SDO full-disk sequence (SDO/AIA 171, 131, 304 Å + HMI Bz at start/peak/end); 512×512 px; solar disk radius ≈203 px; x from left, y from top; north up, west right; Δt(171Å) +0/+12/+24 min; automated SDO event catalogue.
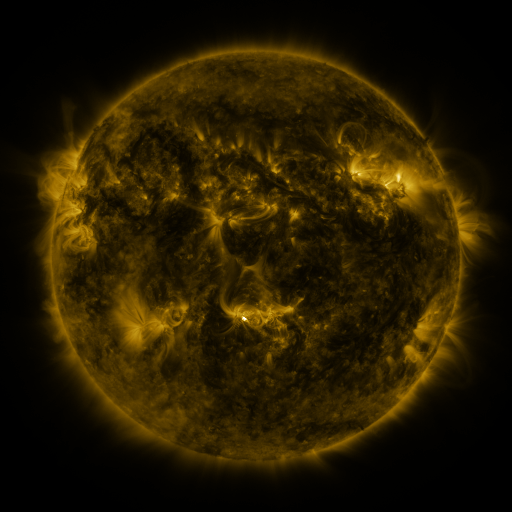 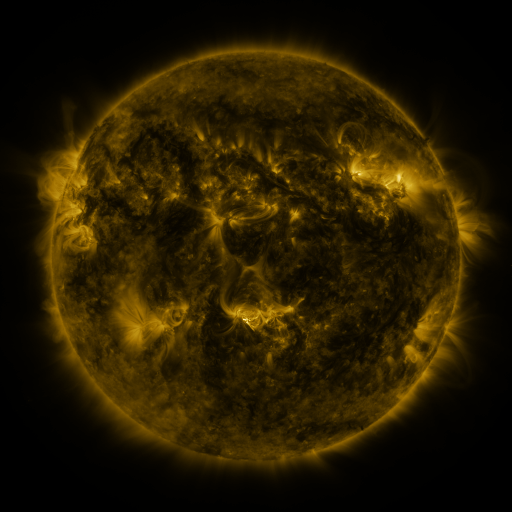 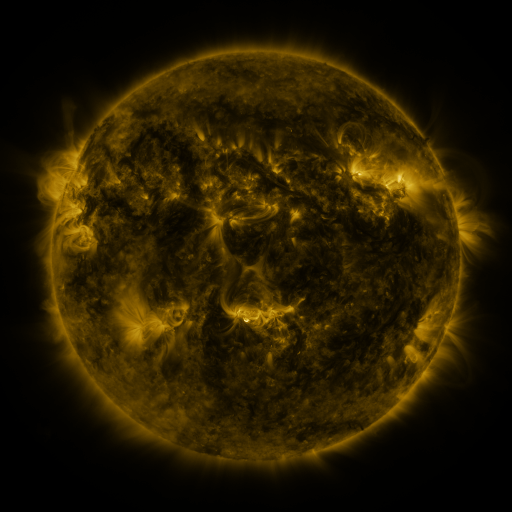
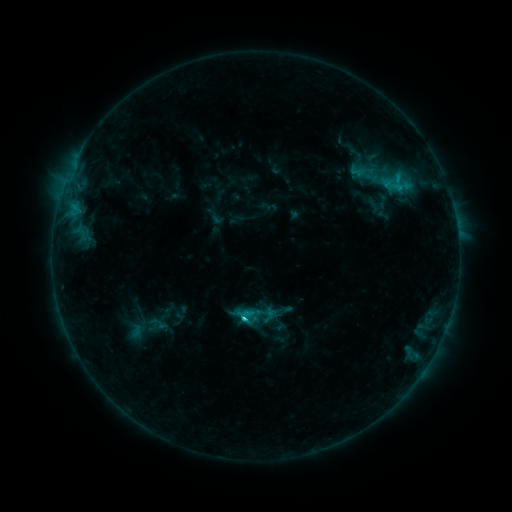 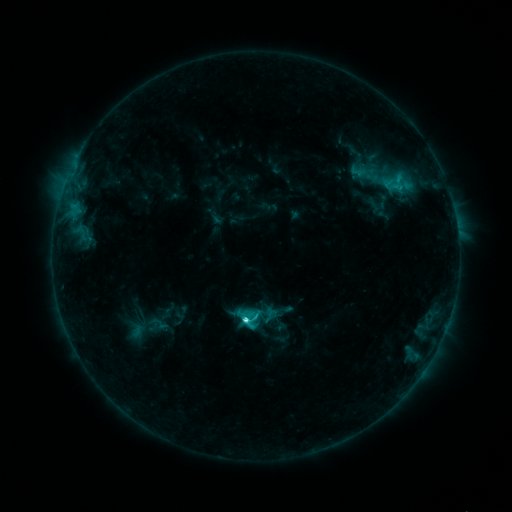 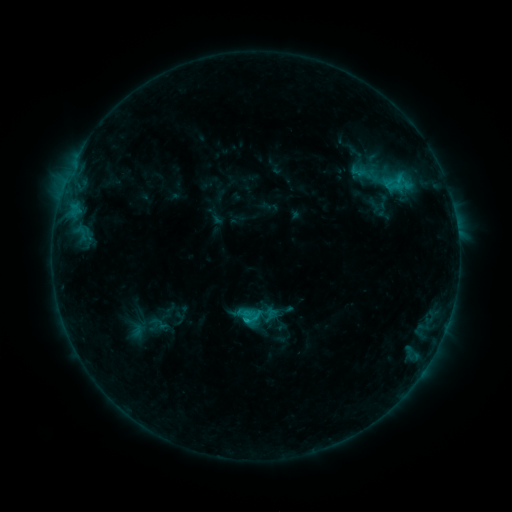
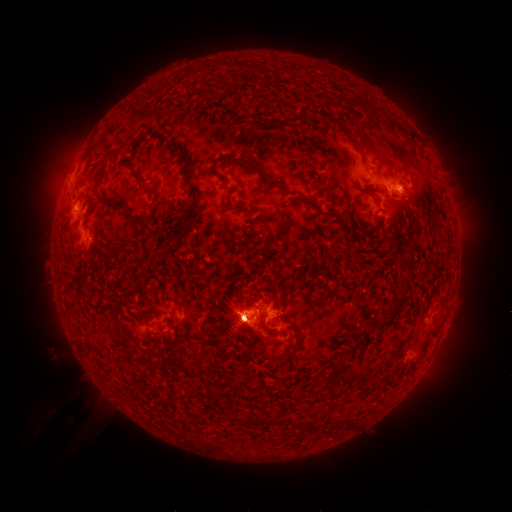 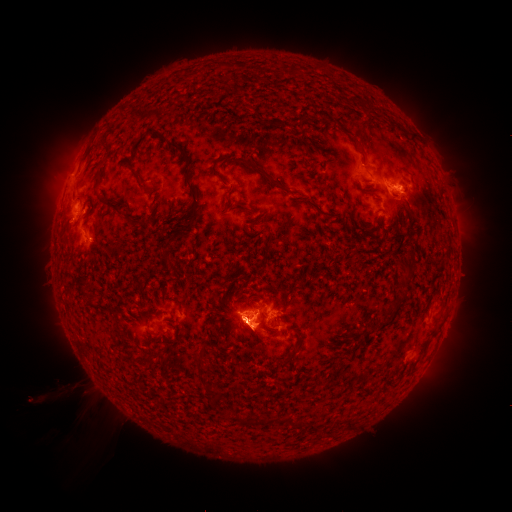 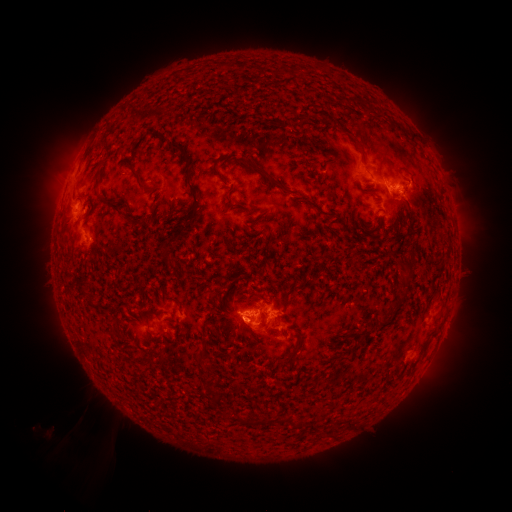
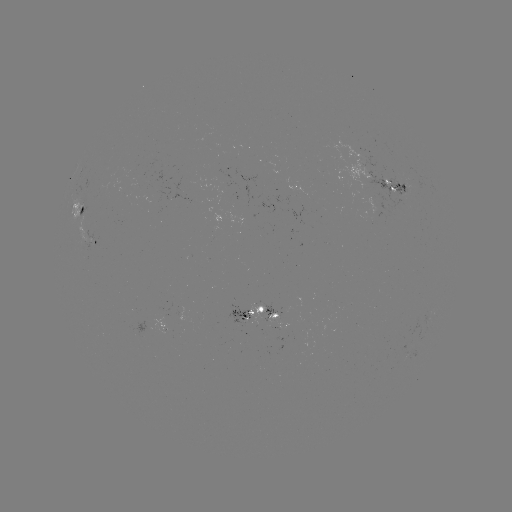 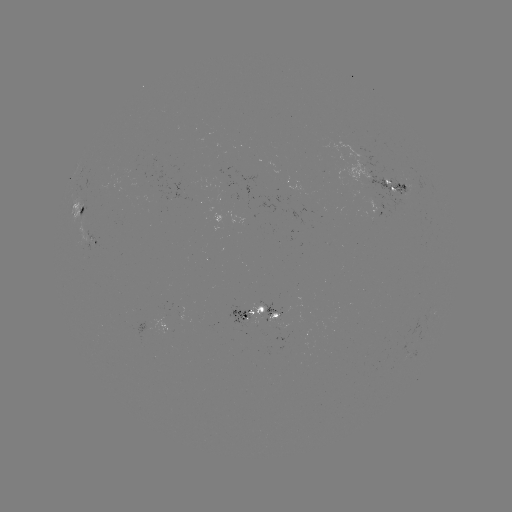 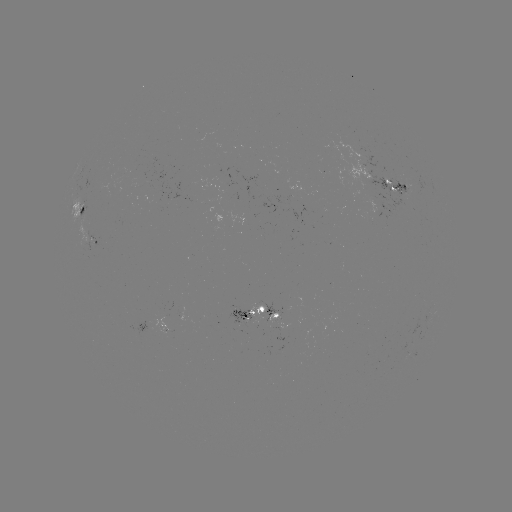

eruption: <bbox>201, 279, 282, 366</bbox>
